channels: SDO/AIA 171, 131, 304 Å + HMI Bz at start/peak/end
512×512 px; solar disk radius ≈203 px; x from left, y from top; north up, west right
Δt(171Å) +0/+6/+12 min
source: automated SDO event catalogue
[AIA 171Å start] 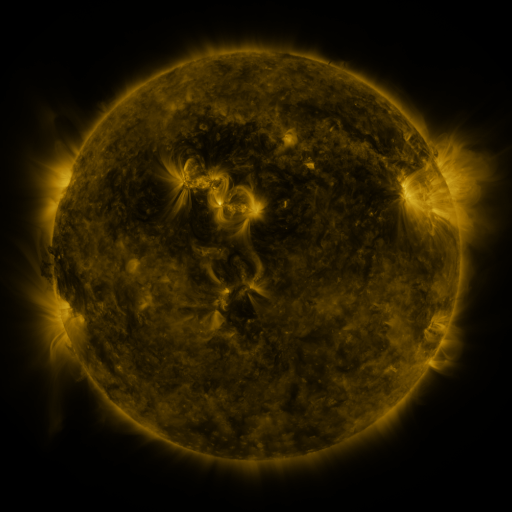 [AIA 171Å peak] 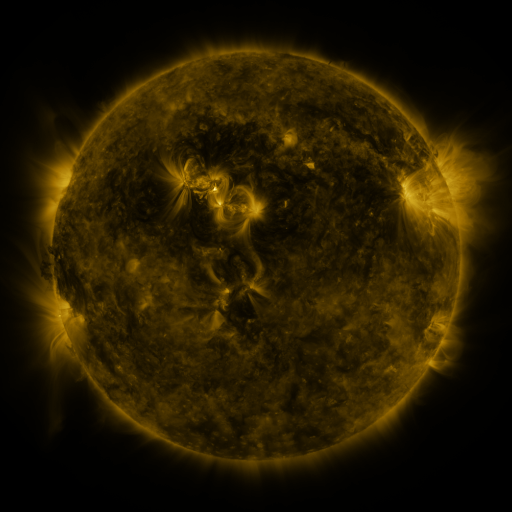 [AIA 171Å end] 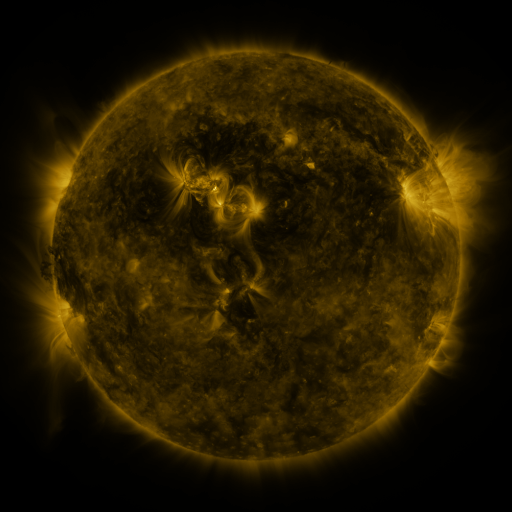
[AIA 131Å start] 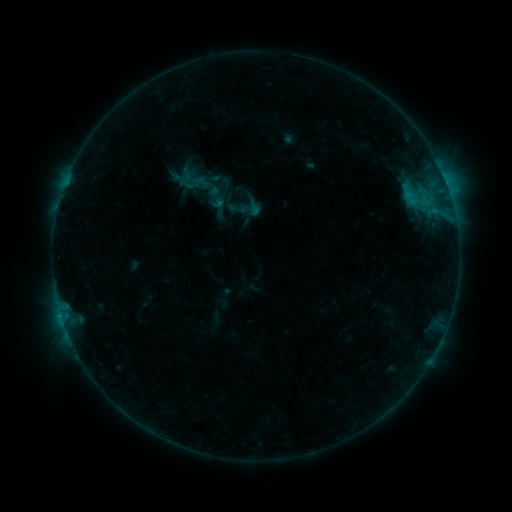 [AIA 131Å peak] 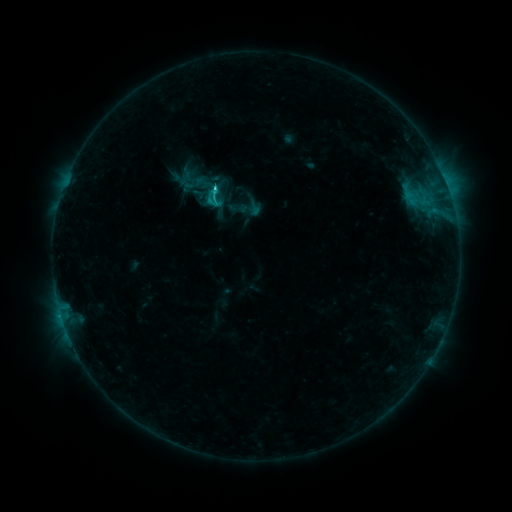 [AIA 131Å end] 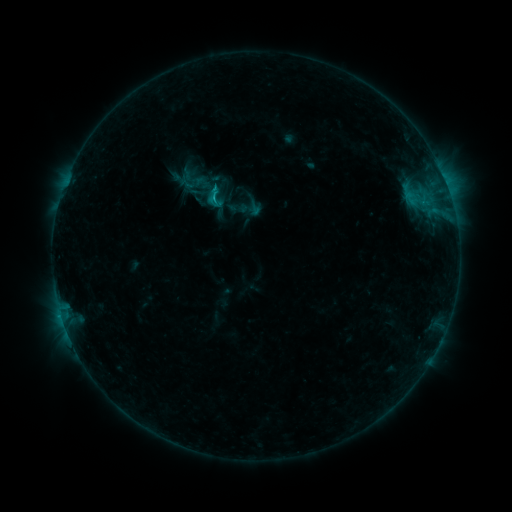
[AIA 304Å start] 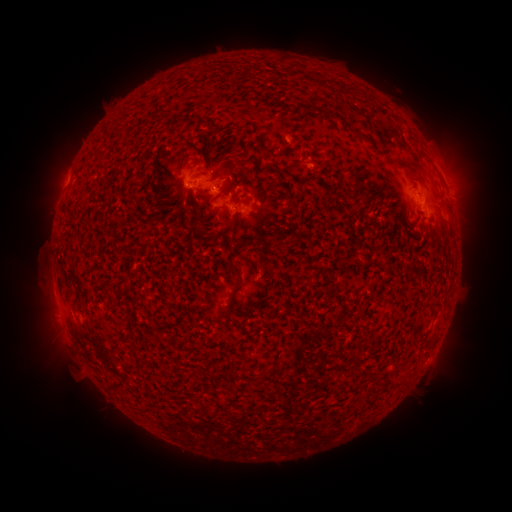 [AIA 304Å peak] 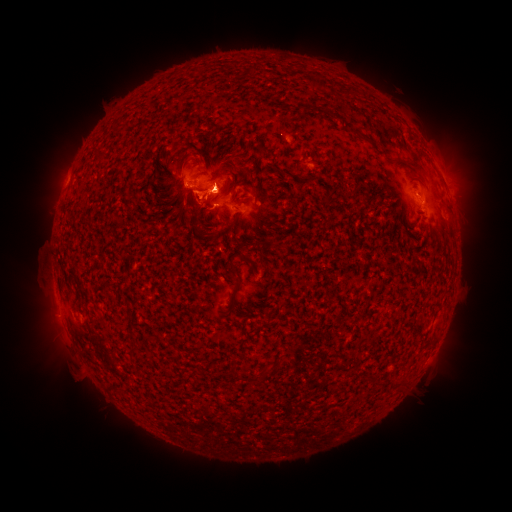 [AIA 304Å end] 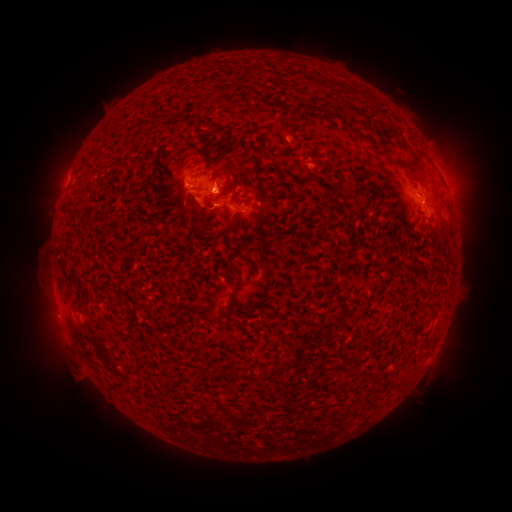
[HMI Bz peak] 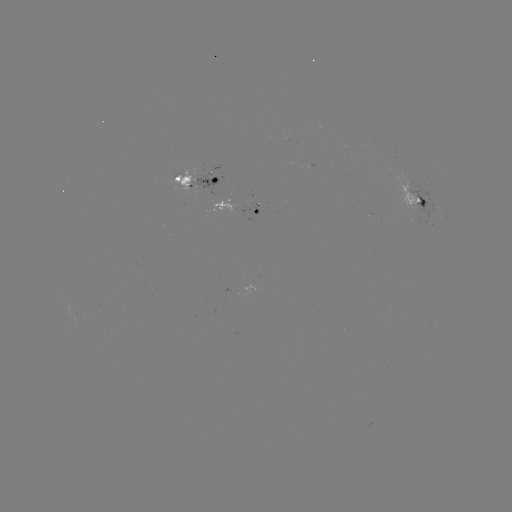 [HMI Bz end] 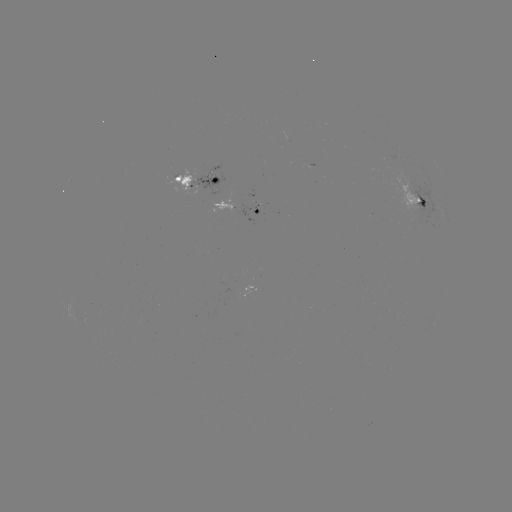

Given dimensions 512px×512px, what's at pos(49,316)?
eruption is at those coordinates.